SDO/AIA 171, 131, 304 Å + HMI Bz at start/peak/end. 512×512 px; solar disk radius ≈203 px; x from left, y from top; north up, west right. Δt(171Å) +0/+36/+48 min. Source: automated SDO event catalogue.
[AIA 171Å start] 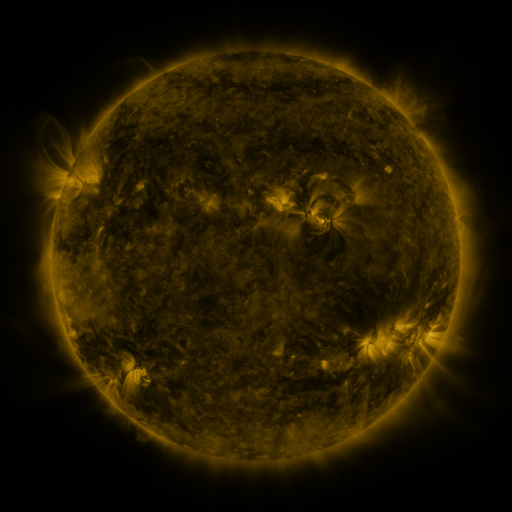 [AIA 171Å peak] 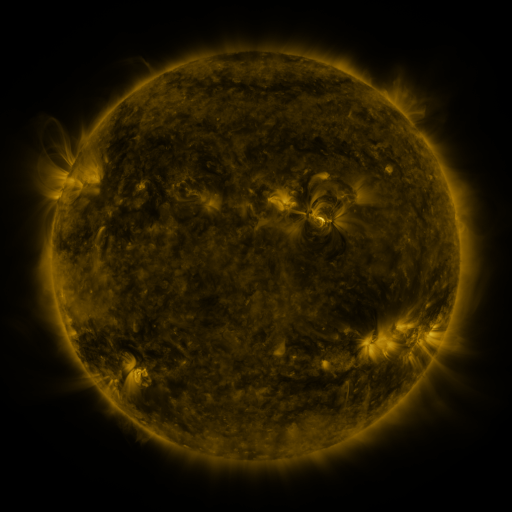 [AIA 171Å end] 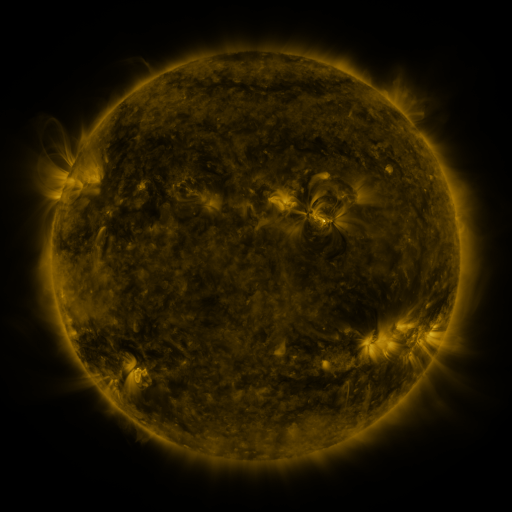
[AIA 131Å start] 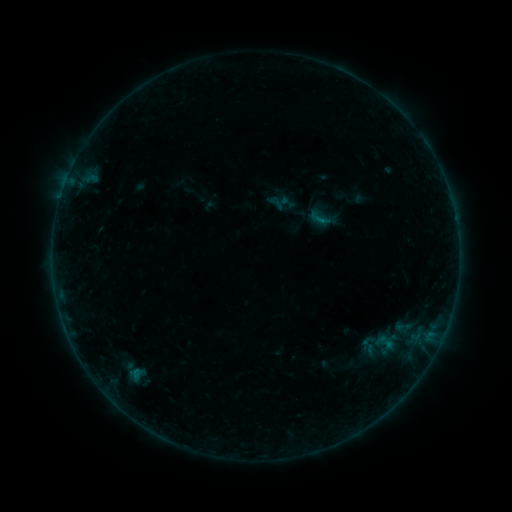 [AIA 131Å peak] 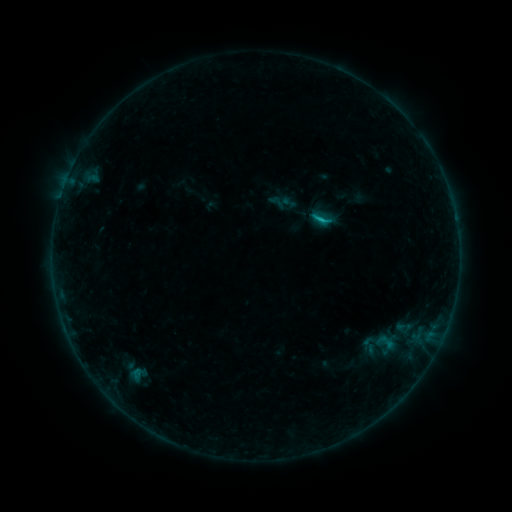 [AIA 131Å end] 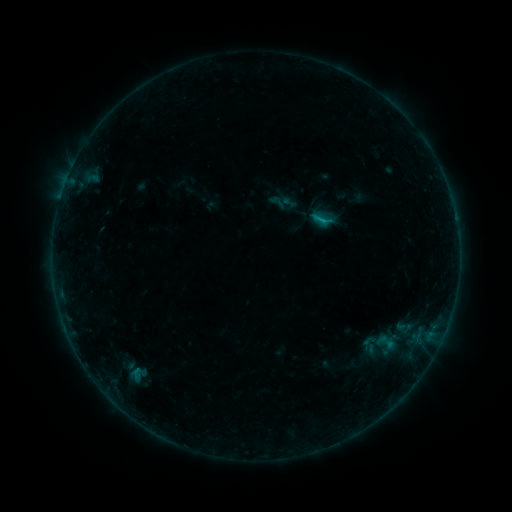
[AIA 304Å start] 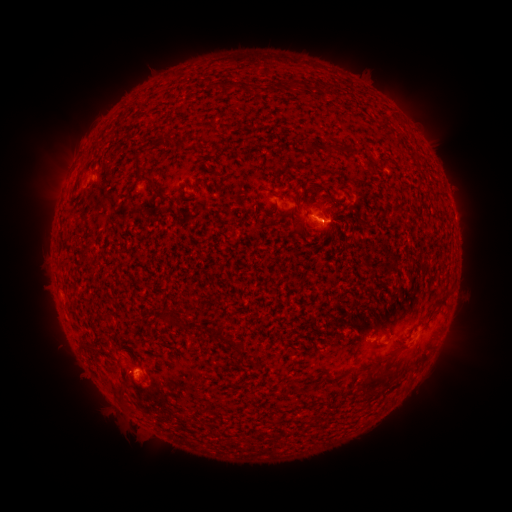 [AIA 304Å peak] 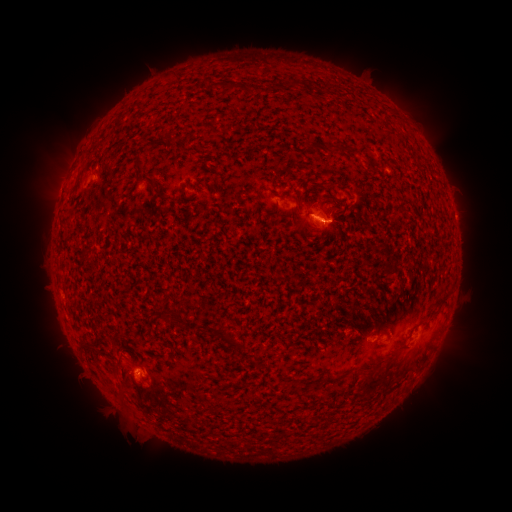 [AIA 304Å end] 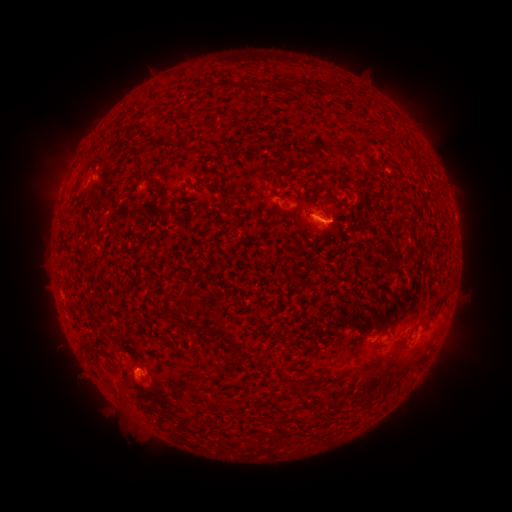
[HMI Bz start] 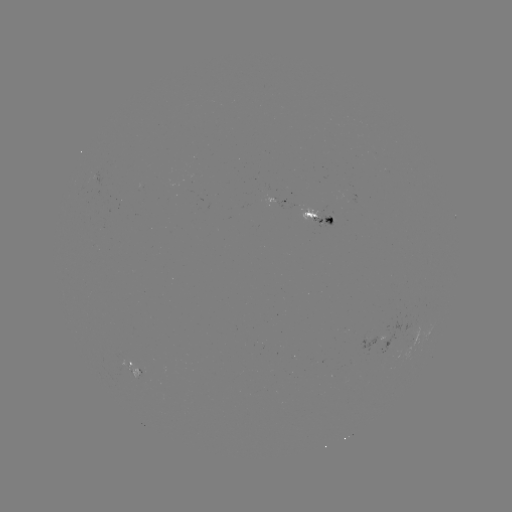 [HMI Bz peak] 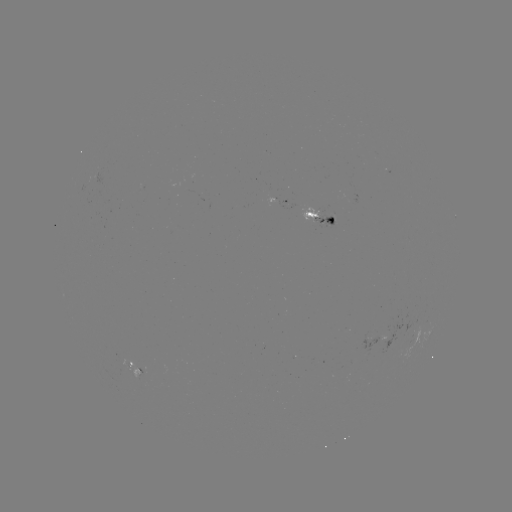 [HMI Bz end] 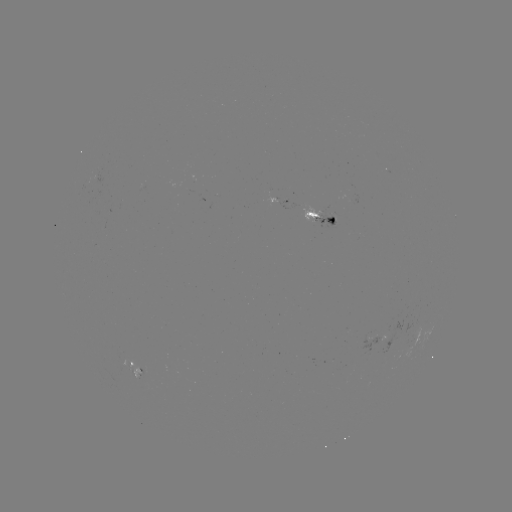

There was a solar flare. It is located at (320, 223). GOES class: B9.2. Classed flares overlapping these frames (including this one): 1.